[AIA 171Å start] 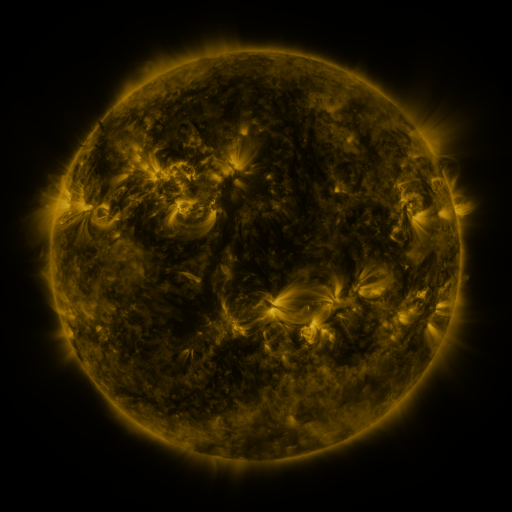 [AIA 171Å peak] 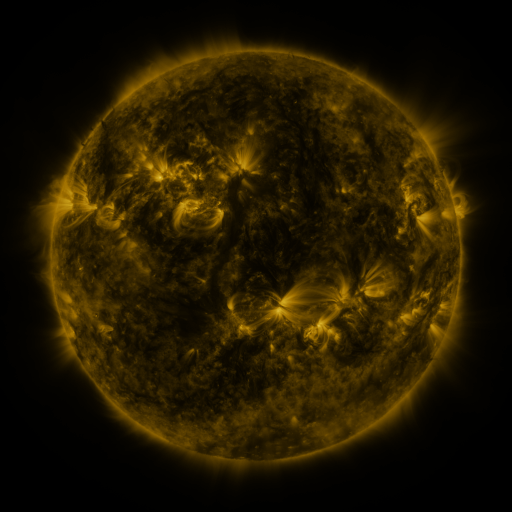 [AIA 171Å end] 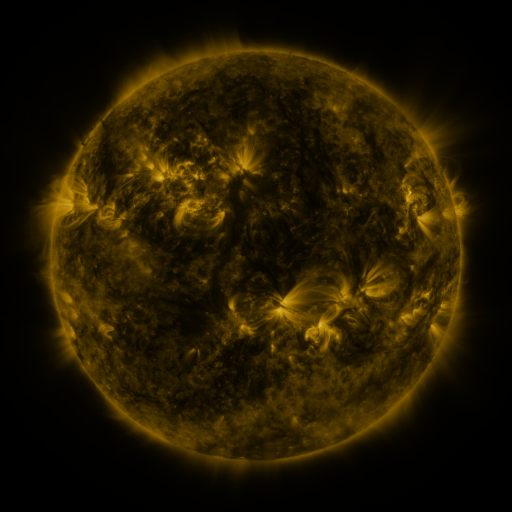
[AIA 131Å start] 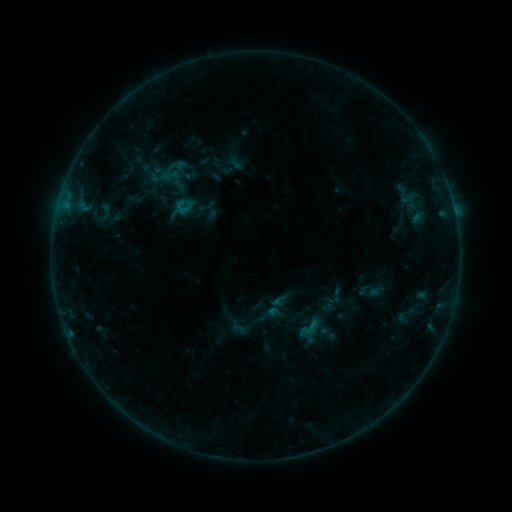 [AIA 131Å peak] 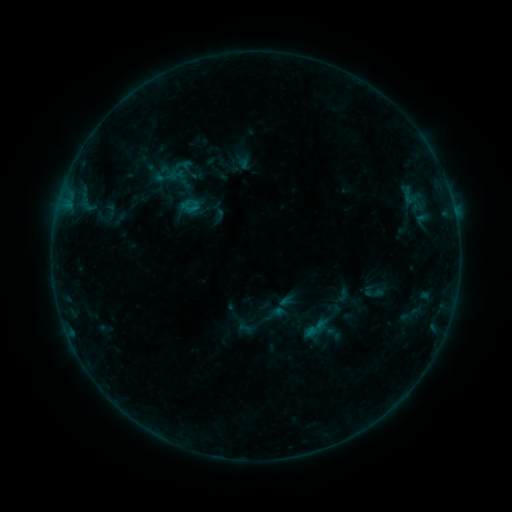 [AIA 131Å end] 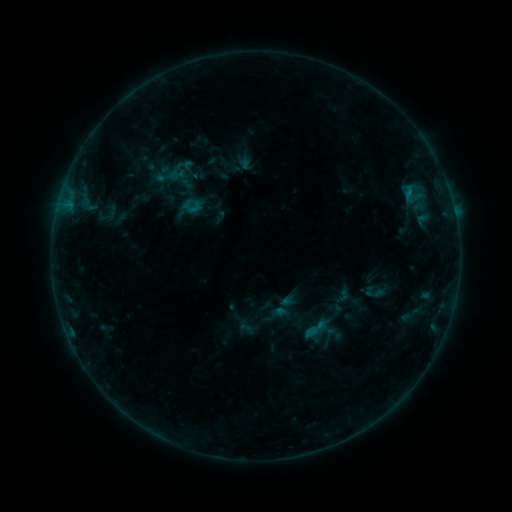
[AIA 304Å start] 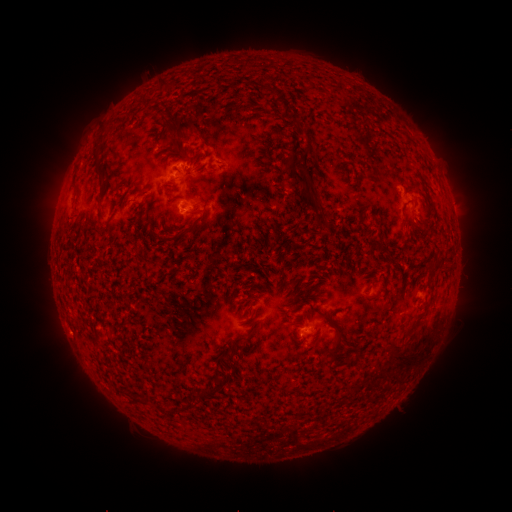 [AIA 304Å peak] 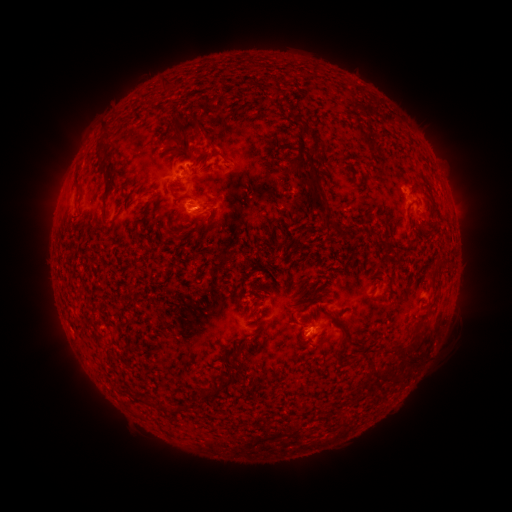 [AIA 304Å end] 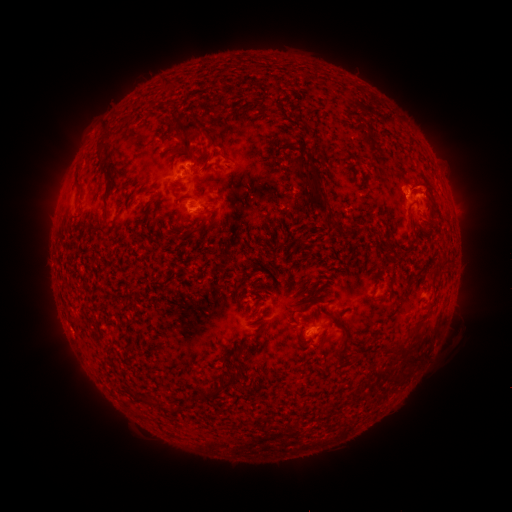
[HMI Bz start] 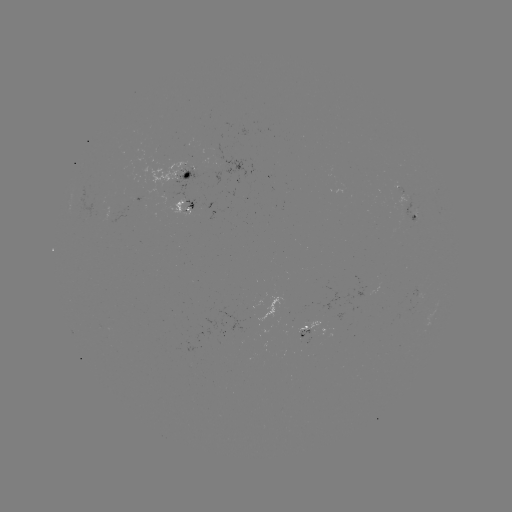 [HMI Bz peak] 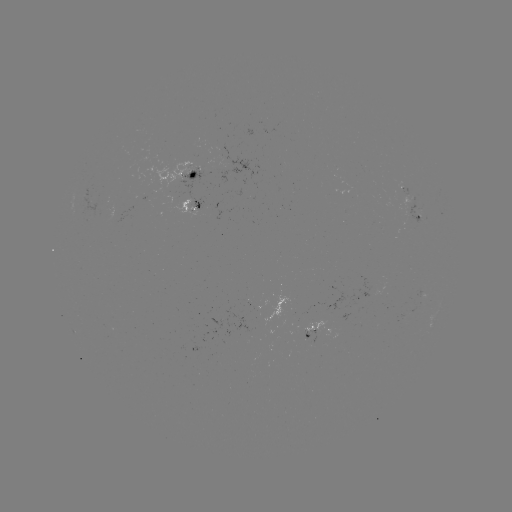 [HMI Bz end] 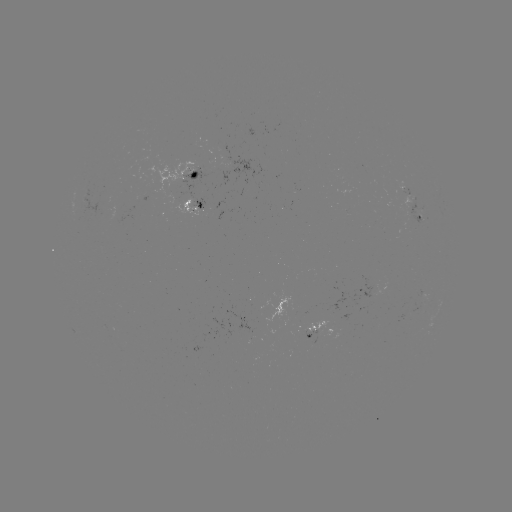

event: emerging-flux region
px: (182, 203)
